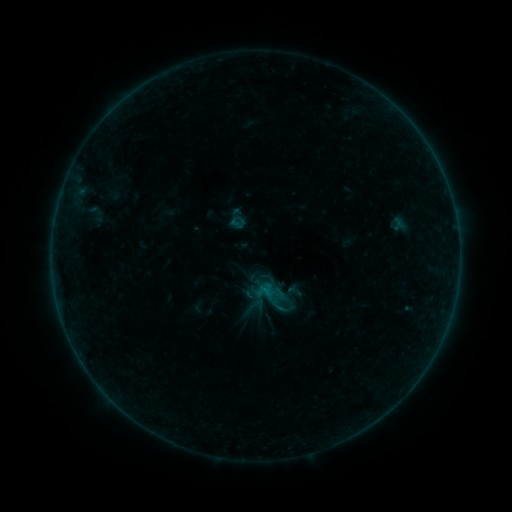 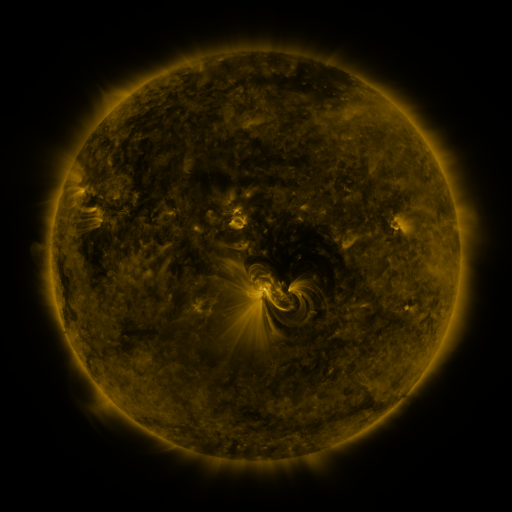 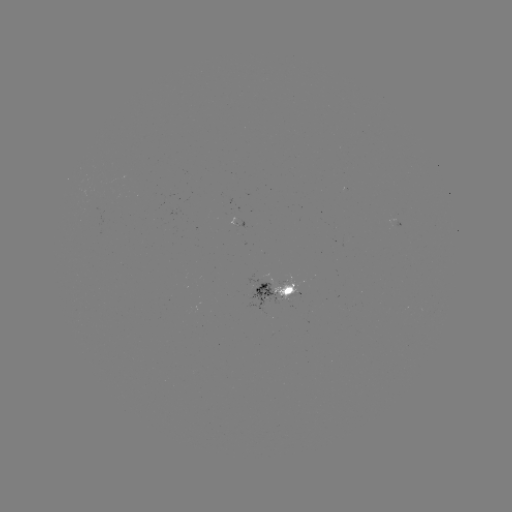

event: sigmoid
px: (238, 222)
